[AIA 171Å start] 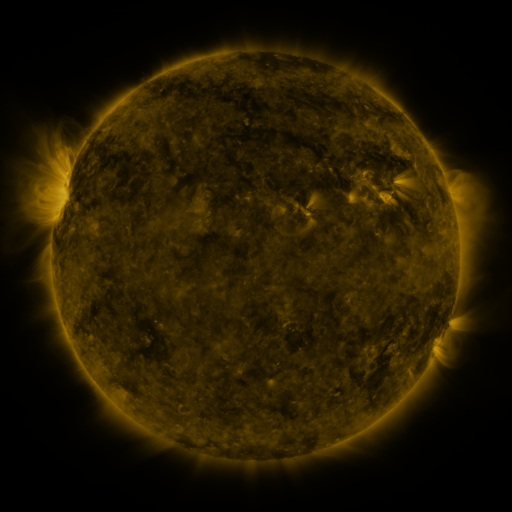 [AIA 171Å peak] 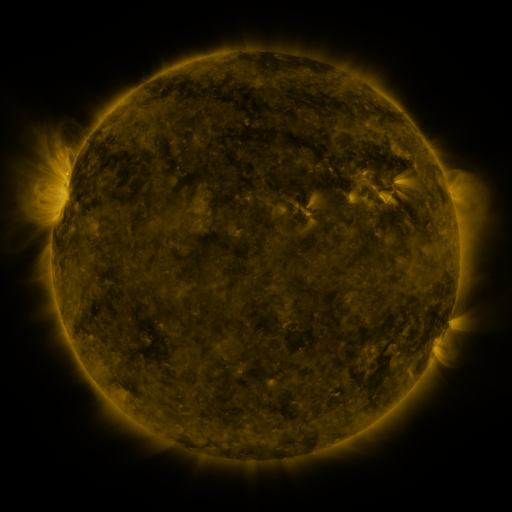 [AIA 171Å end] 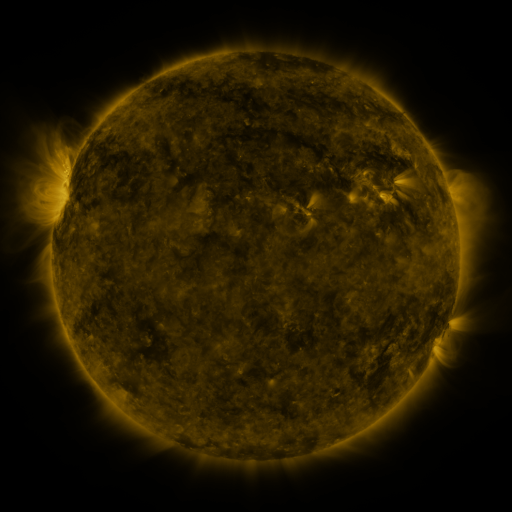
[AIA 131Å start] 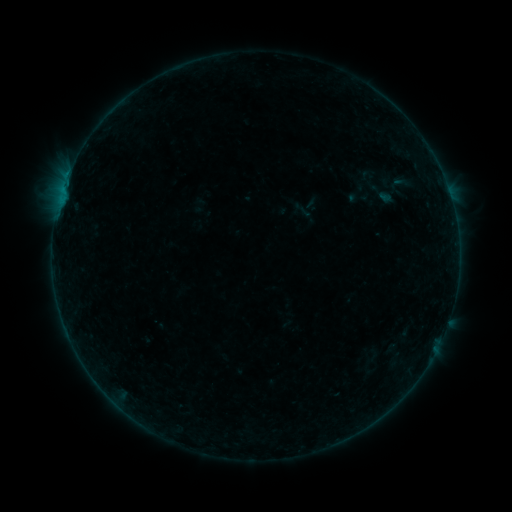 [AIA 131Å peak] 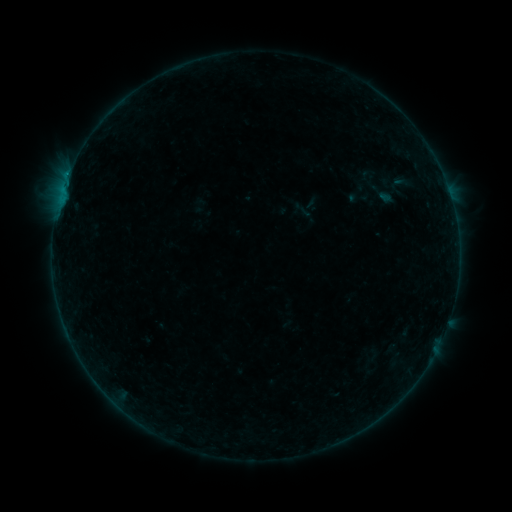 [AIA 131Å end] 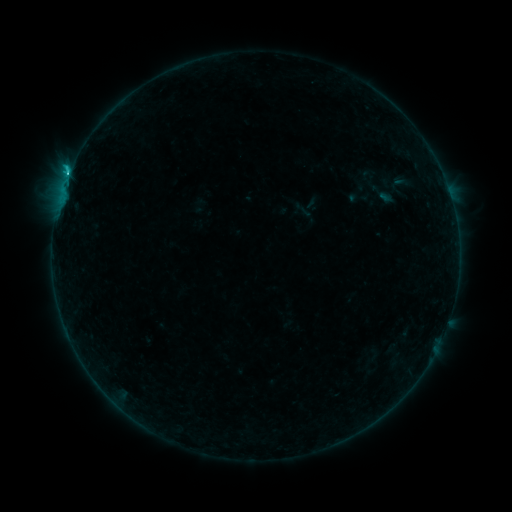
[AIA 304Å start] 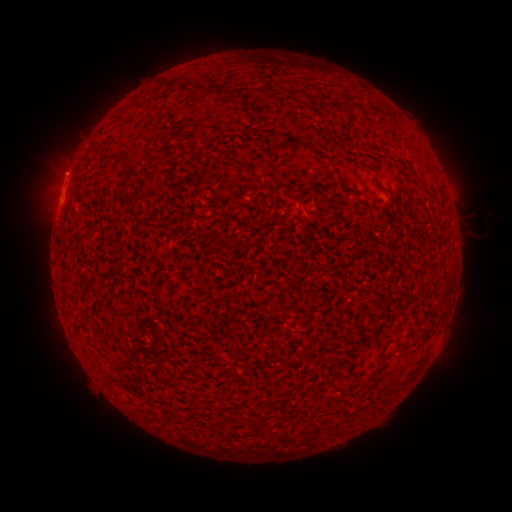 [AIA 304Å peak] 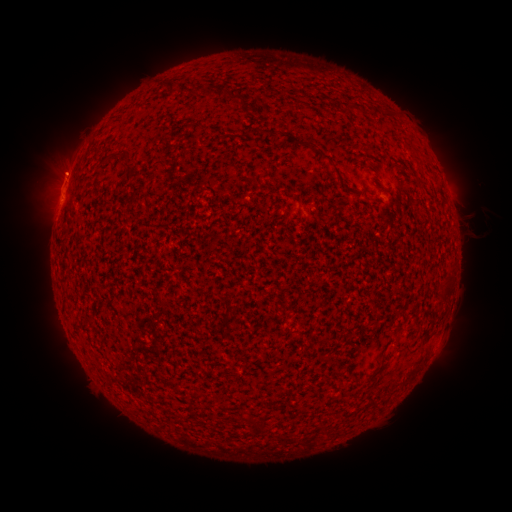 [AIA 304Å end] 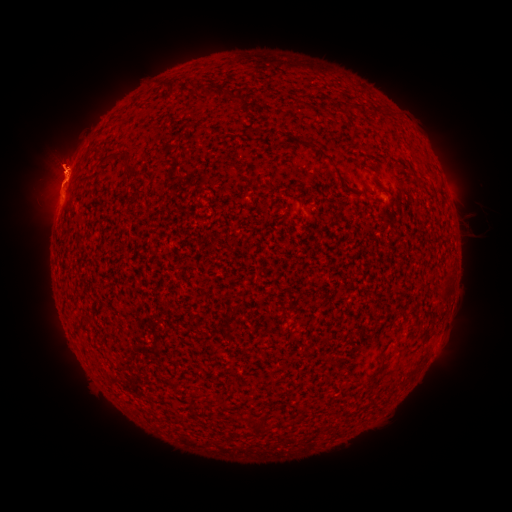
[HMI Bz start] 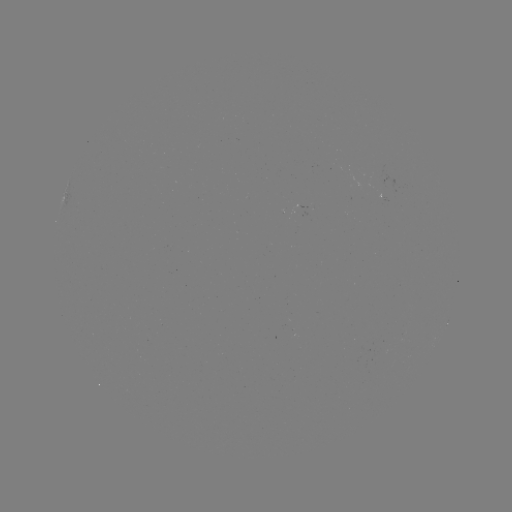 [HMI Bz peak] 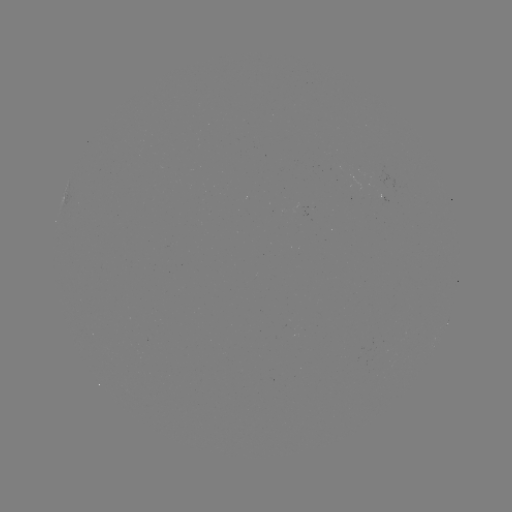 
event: eruption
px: (57, 160)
